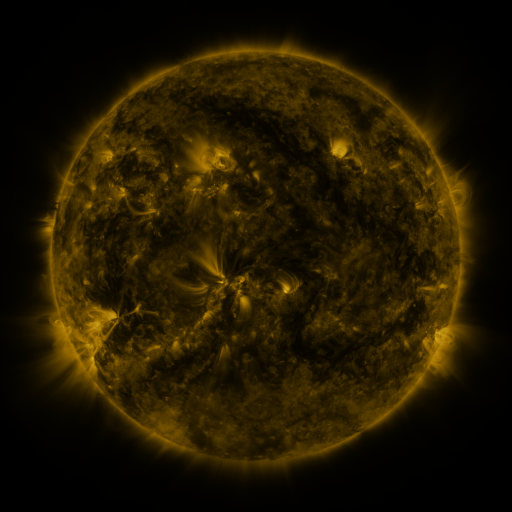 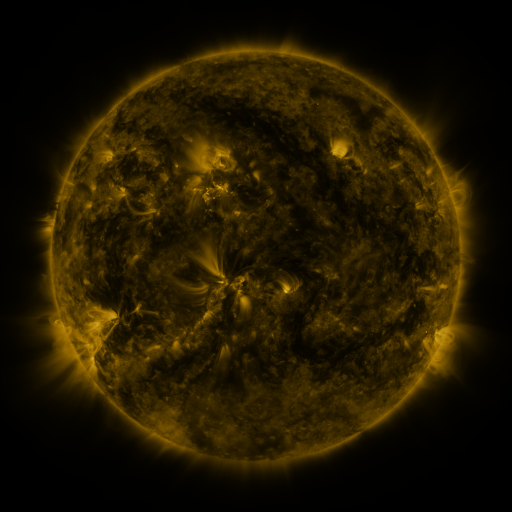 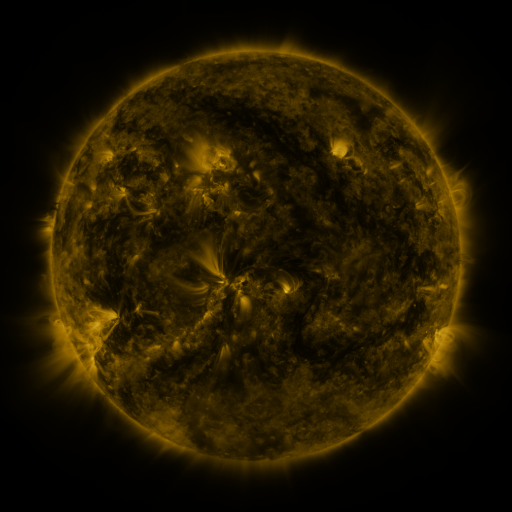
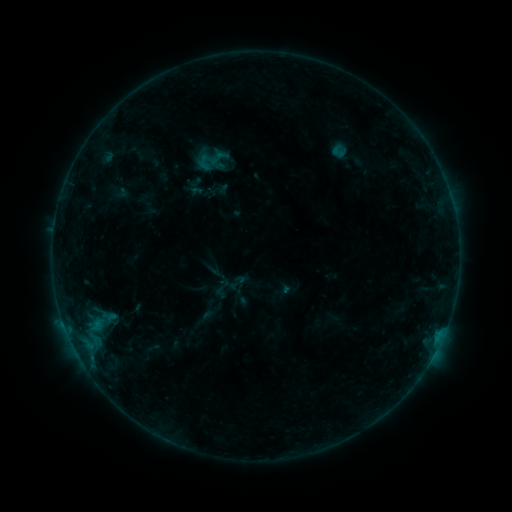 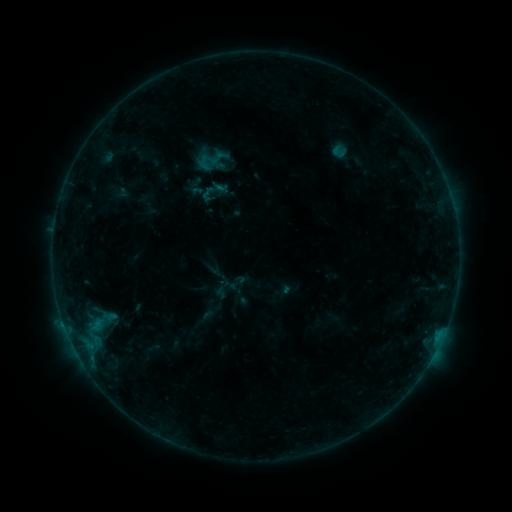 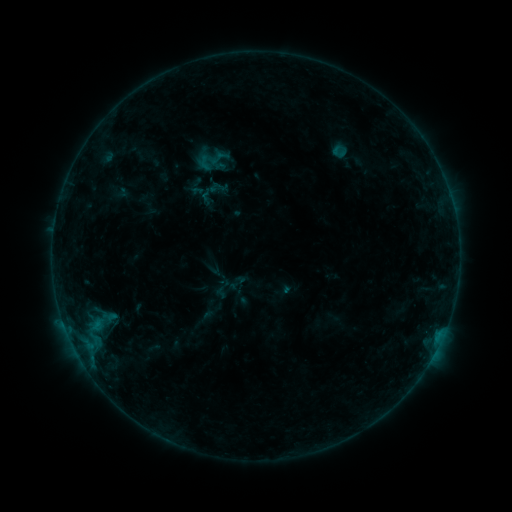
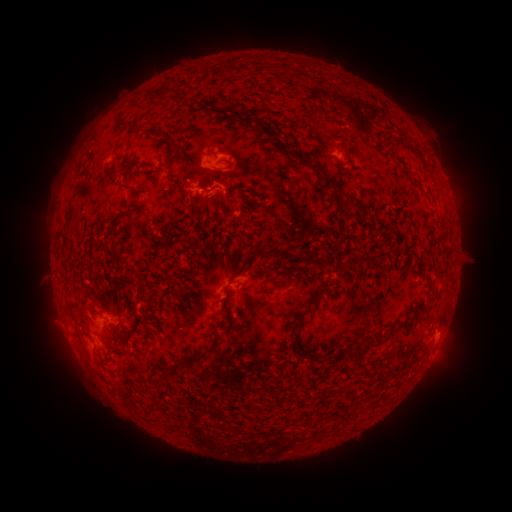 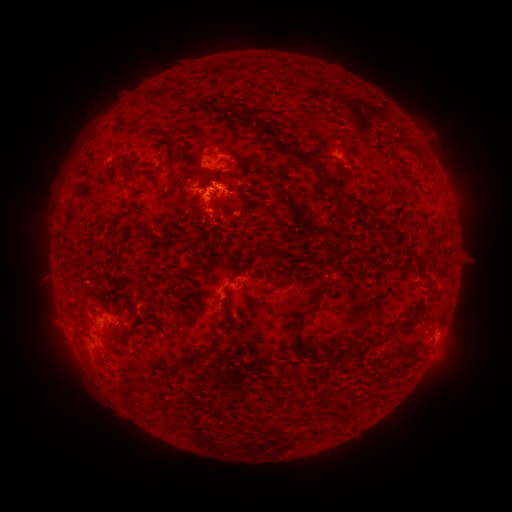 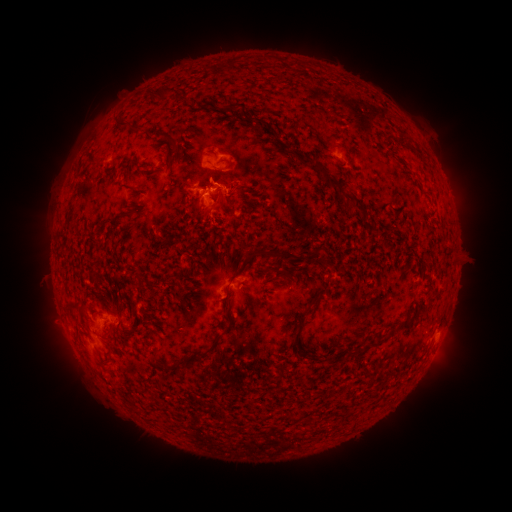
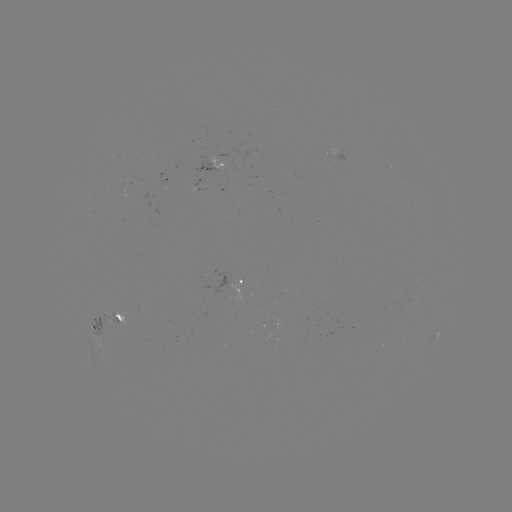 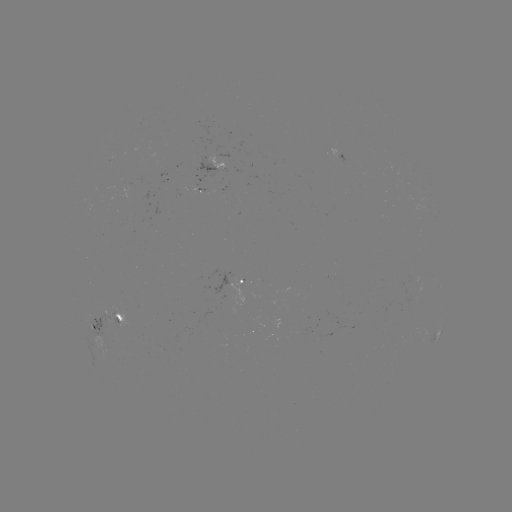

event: eruption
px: (220, 197)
